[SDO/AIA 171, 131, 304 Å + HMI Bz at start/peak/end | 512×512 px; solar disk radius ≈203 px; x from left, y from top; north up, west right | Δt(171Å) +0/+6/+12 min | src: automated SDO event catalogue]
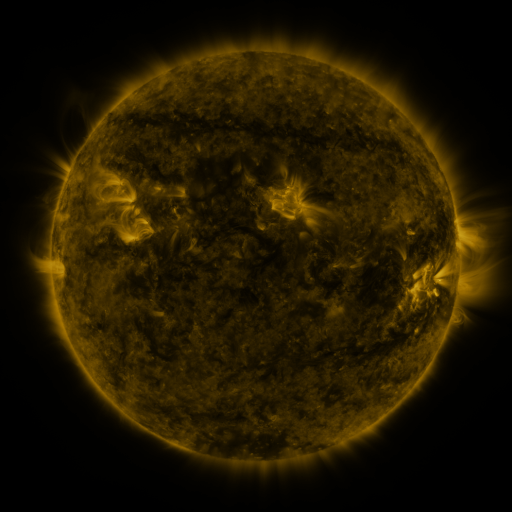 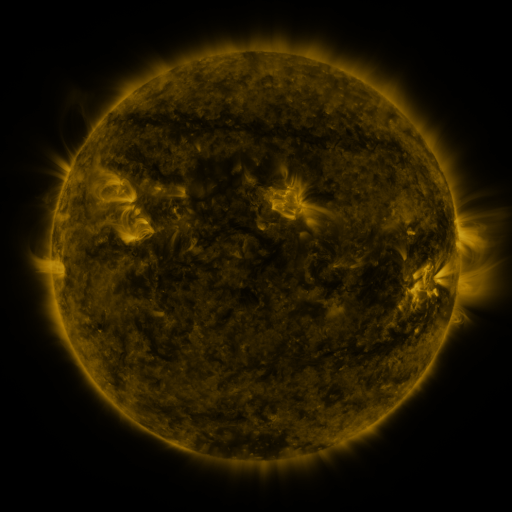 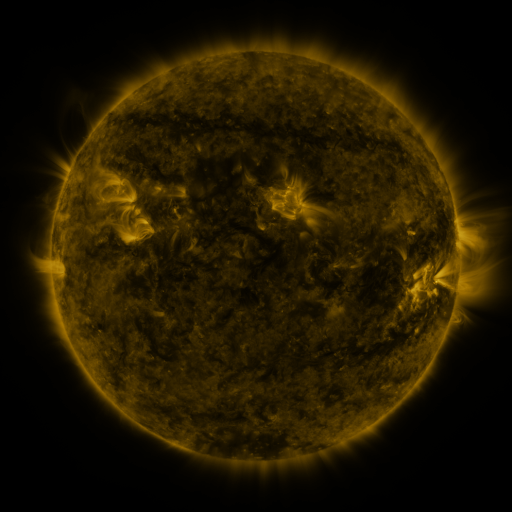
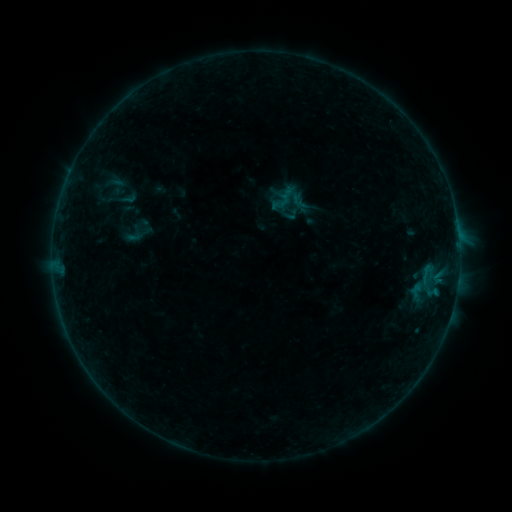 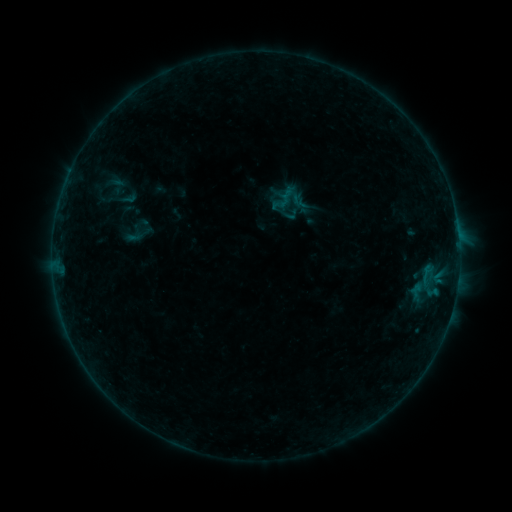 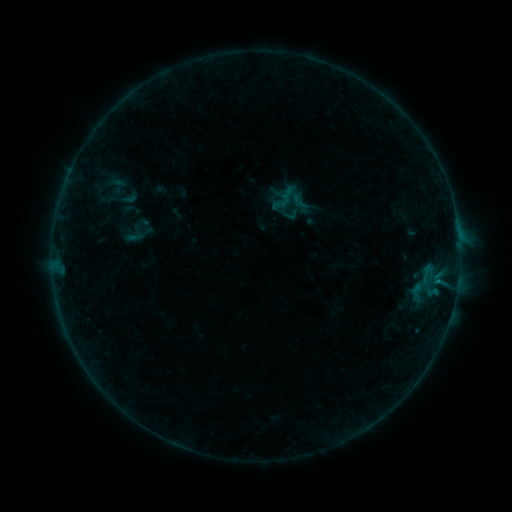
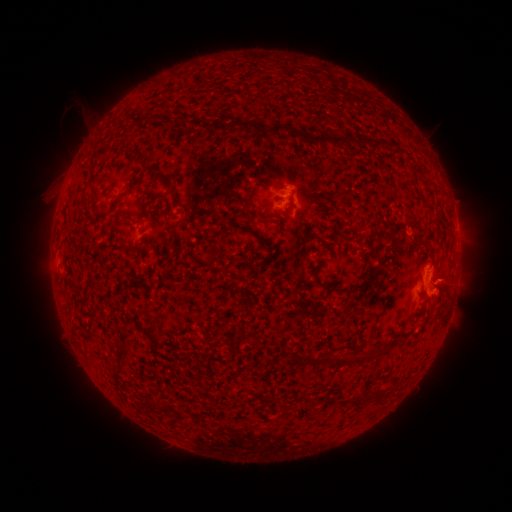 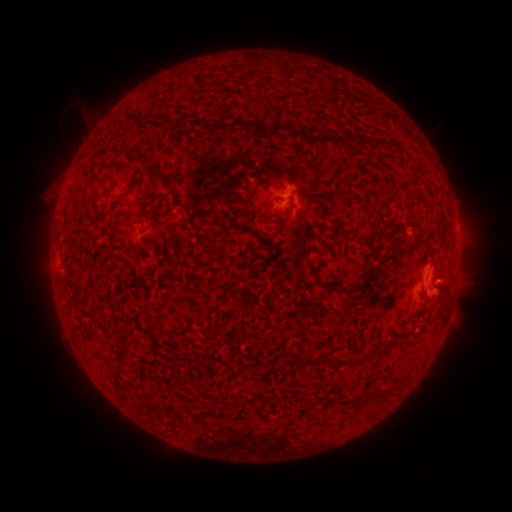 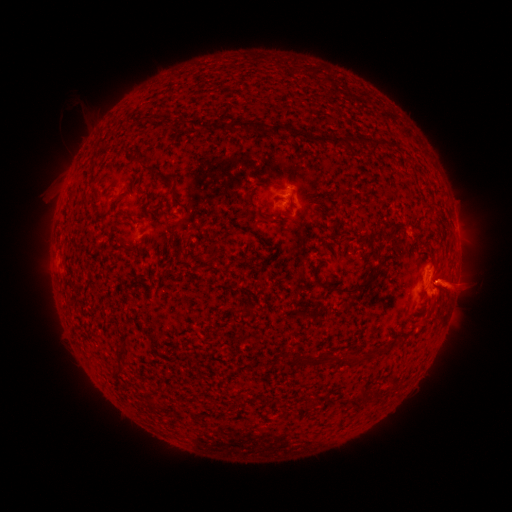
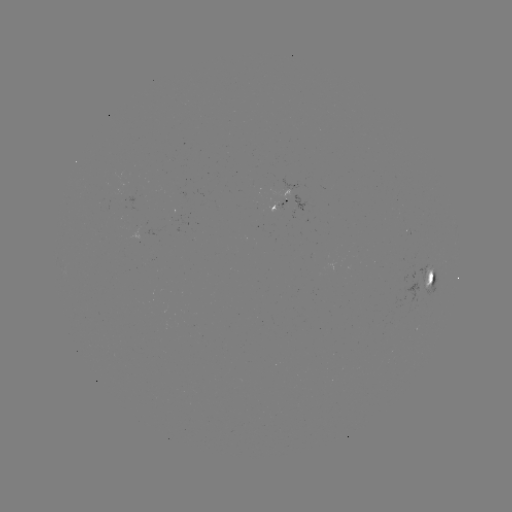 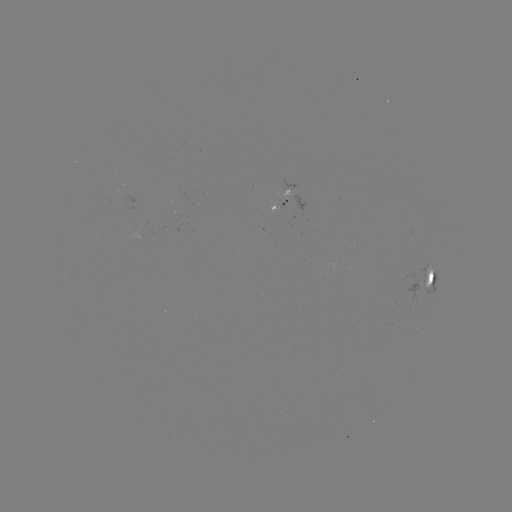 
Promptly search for B2.6 flare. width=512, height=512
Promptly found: [437, 278].